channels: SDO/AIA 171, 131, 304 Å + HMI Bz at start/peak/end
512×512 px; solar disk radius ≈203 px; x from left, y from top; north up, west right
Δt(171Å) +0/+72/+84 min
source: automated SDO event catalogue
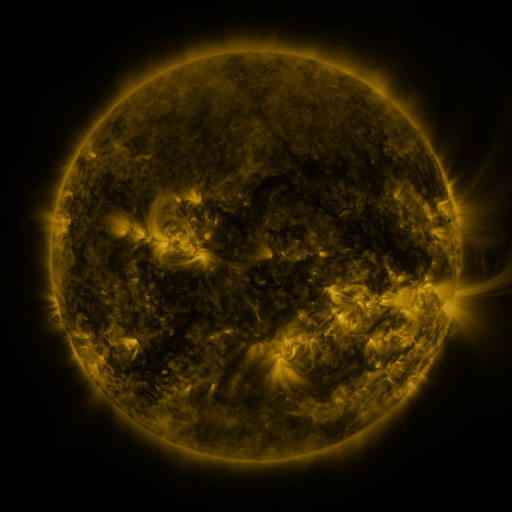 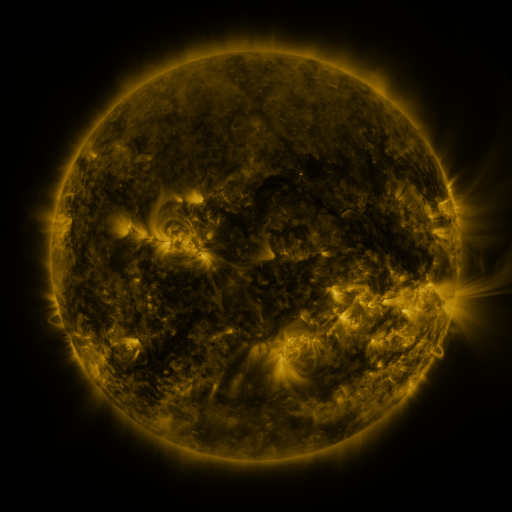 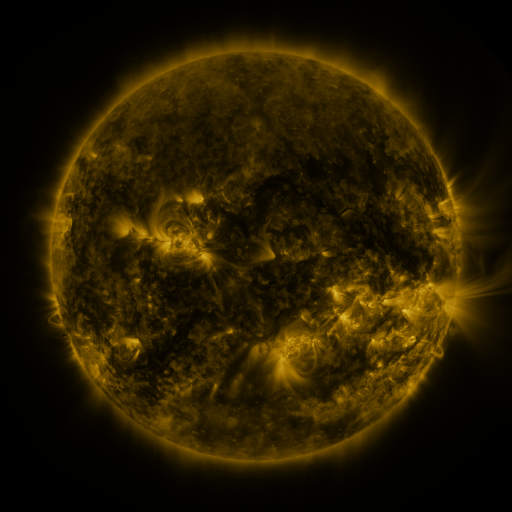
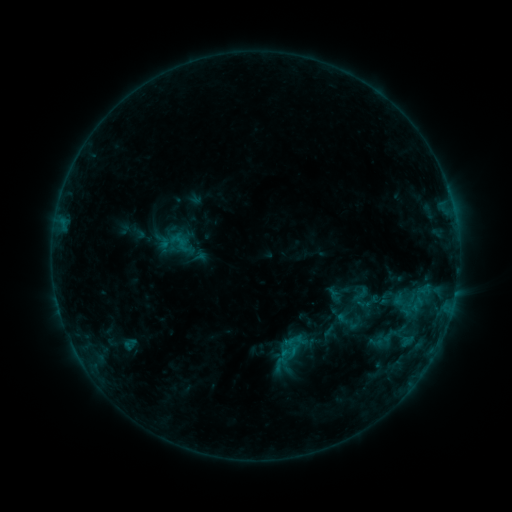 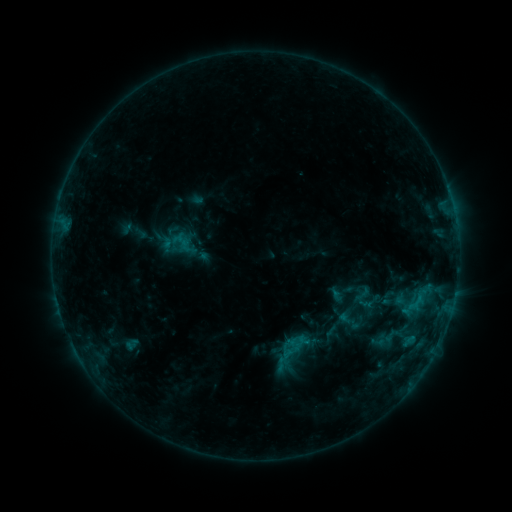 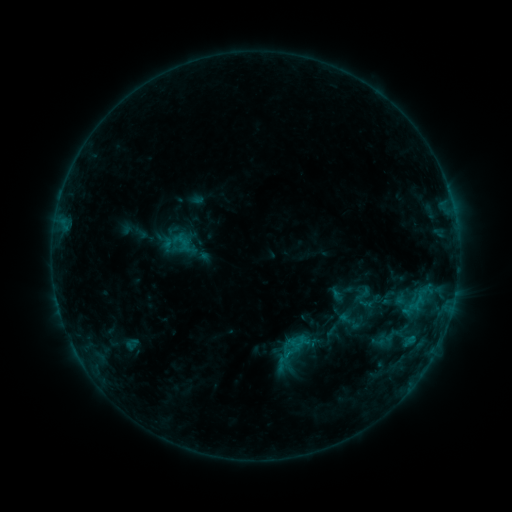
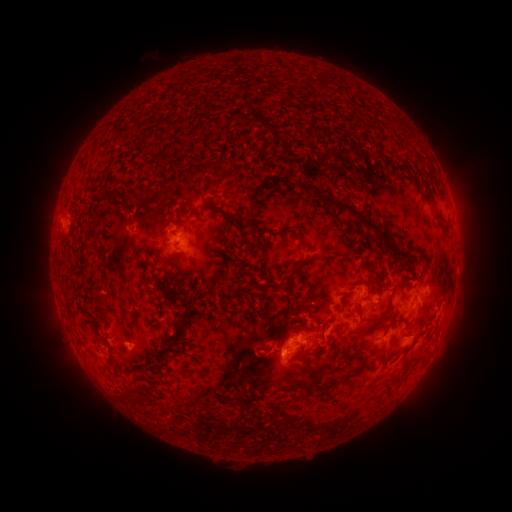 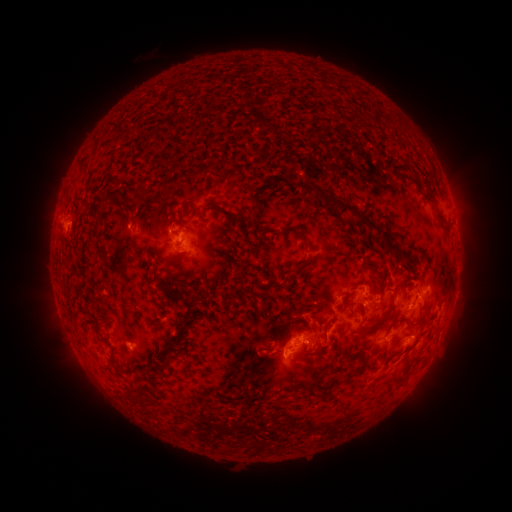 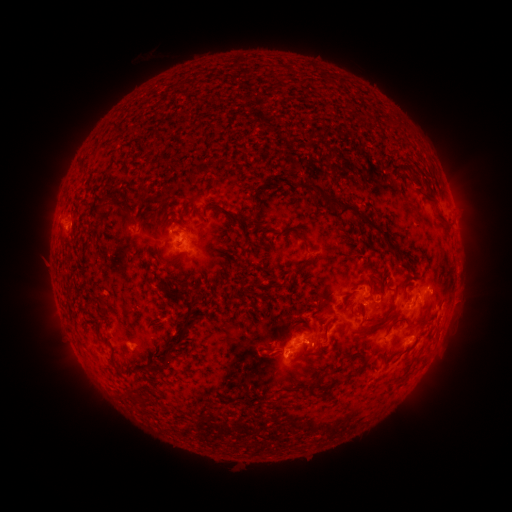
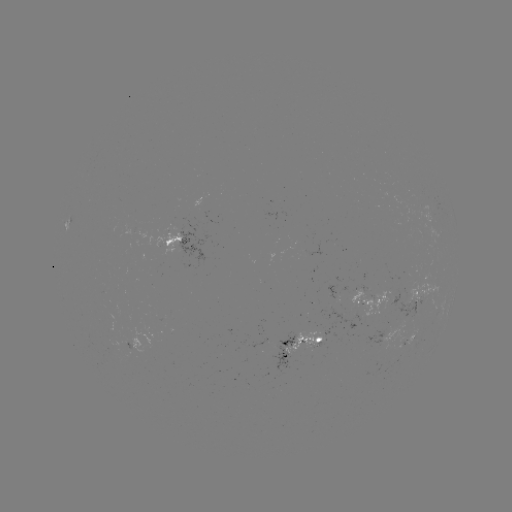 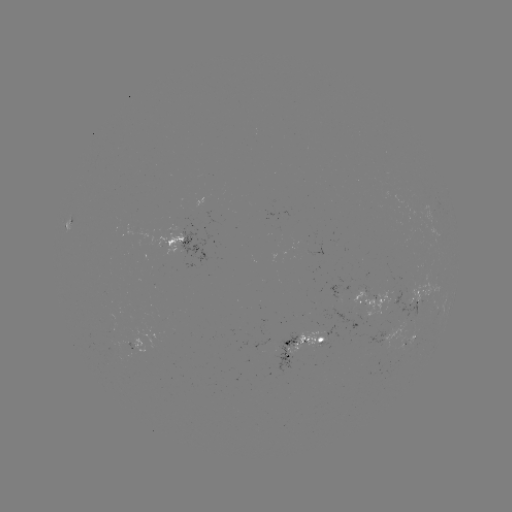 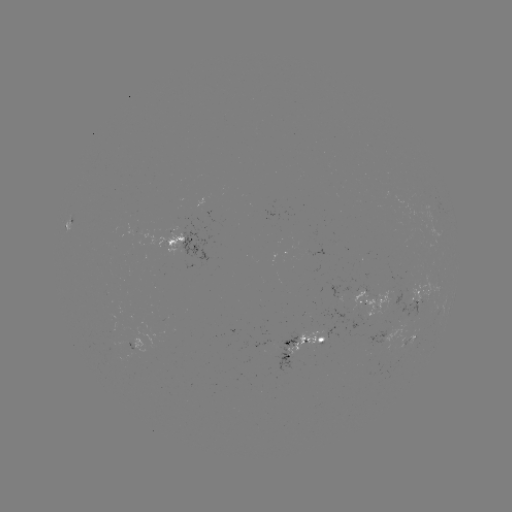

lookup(emerging-flux region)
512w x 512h (278, 351)